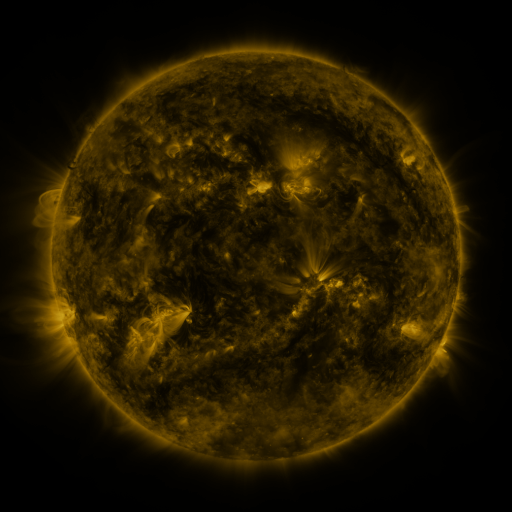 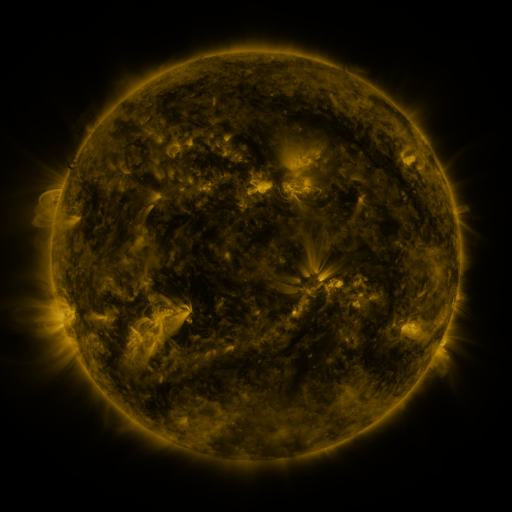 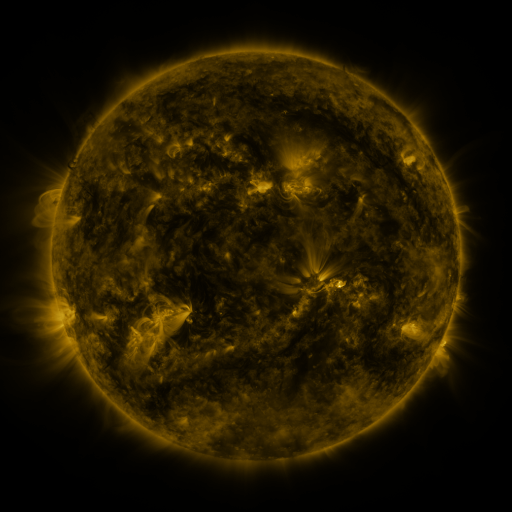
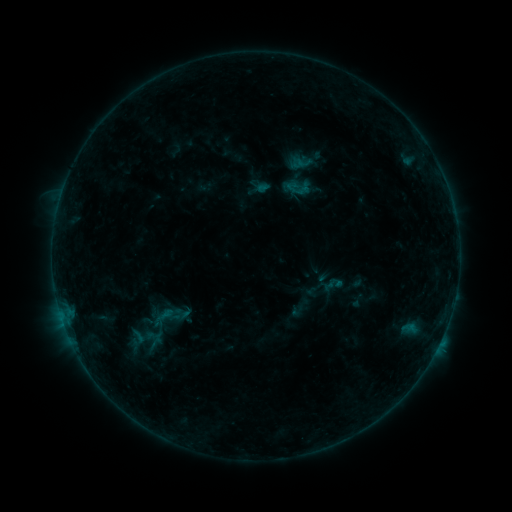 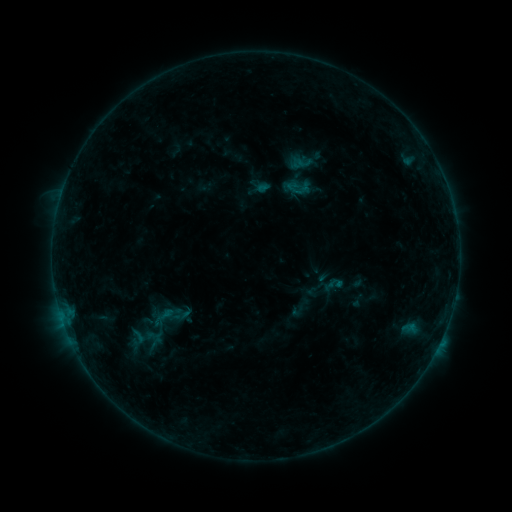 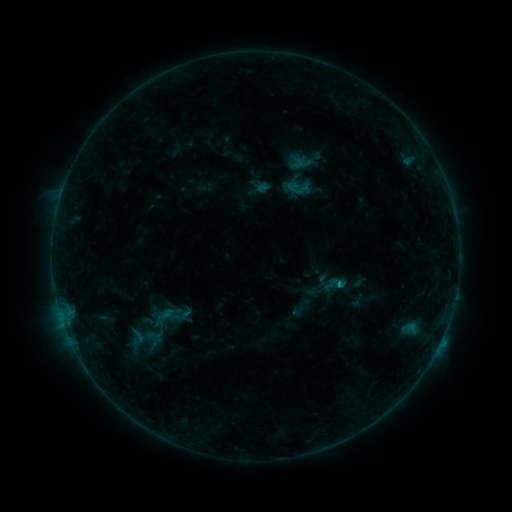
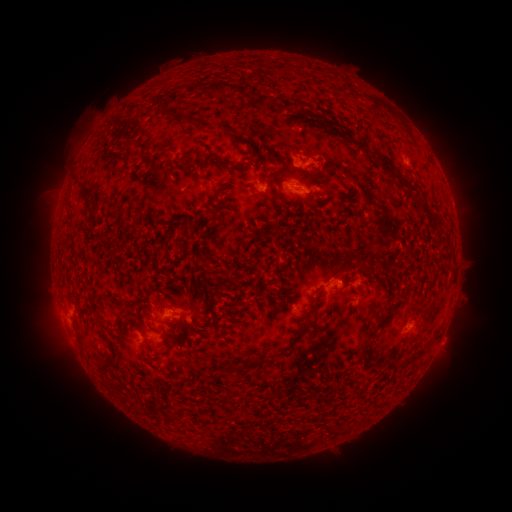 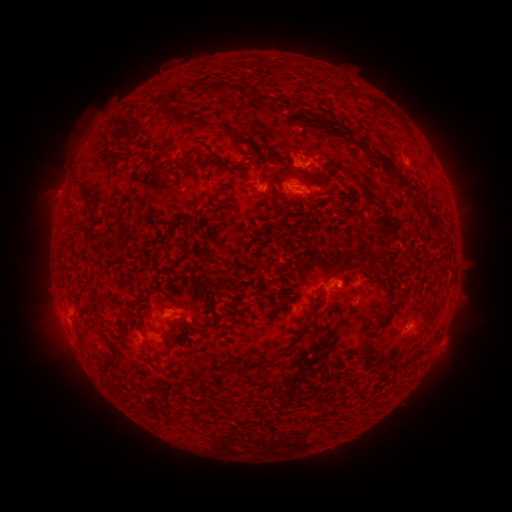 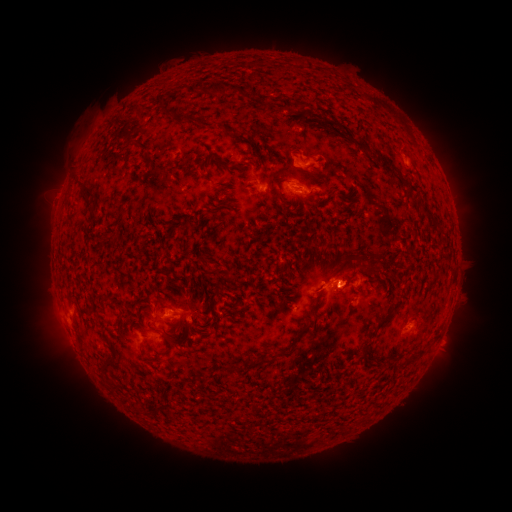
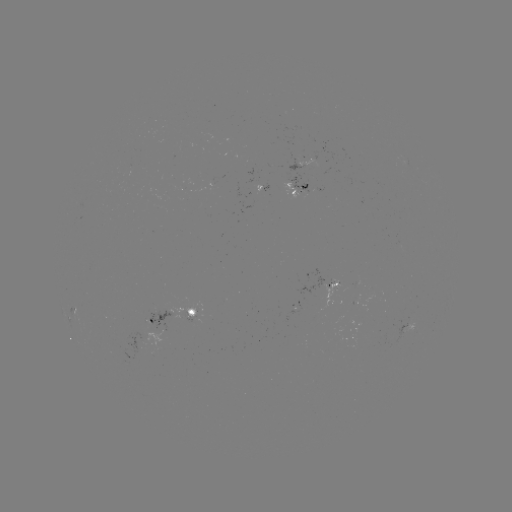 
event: flare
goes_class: B5.6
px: (61, 314)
